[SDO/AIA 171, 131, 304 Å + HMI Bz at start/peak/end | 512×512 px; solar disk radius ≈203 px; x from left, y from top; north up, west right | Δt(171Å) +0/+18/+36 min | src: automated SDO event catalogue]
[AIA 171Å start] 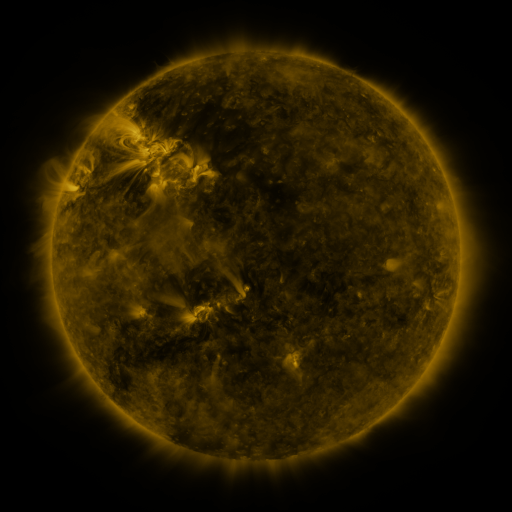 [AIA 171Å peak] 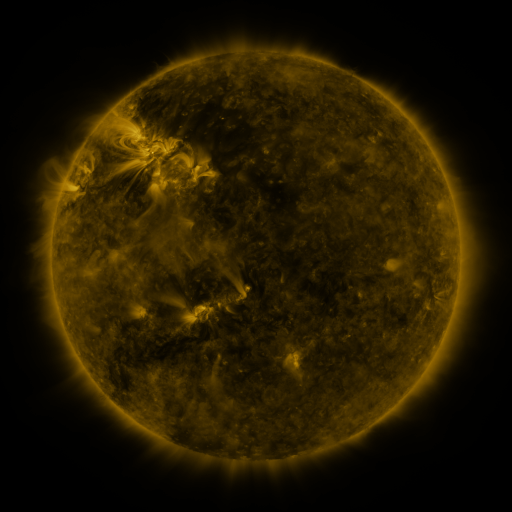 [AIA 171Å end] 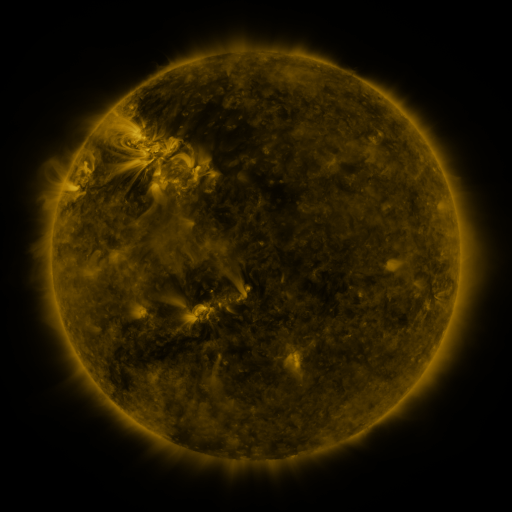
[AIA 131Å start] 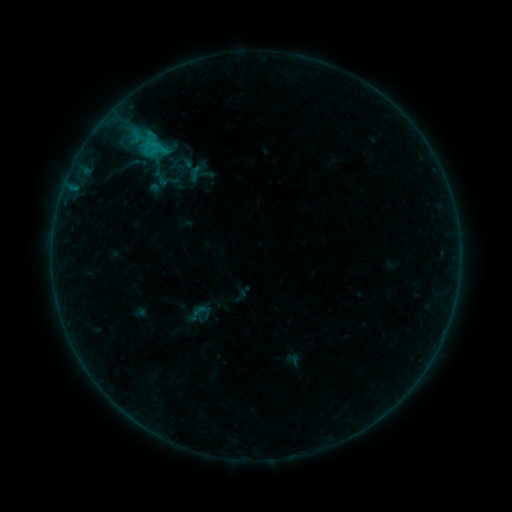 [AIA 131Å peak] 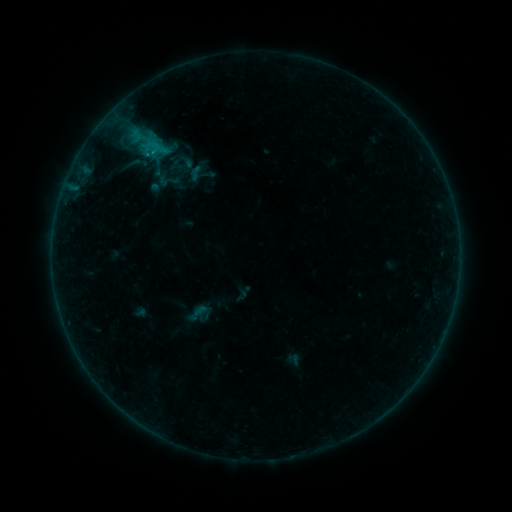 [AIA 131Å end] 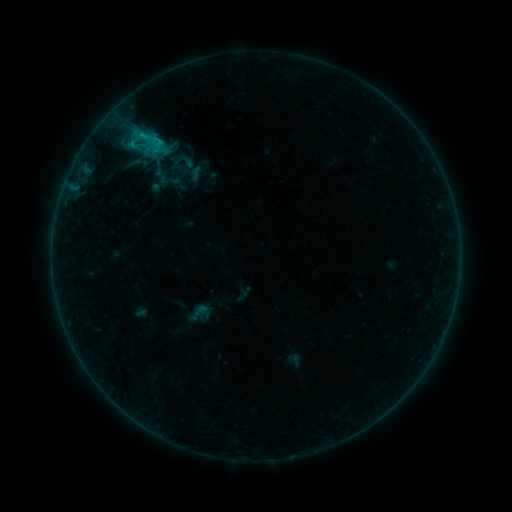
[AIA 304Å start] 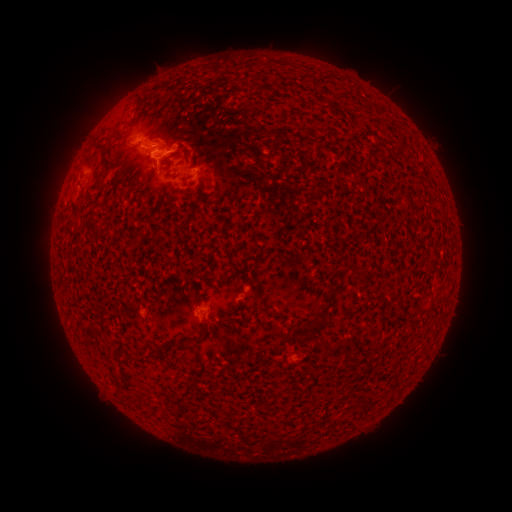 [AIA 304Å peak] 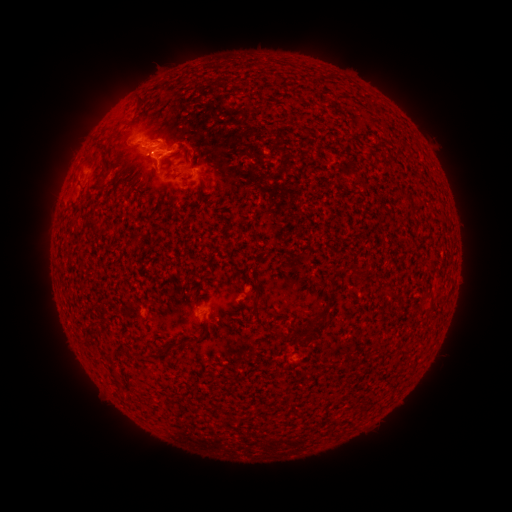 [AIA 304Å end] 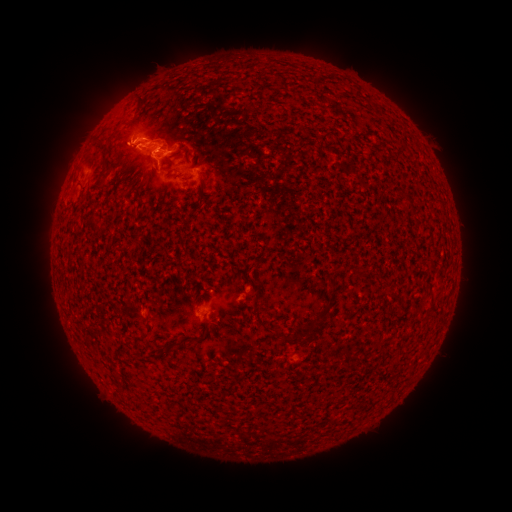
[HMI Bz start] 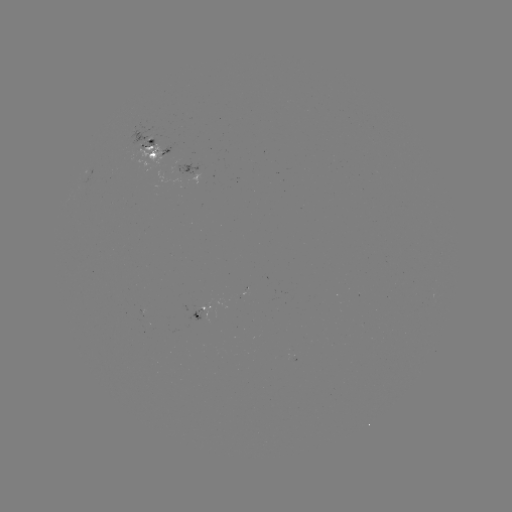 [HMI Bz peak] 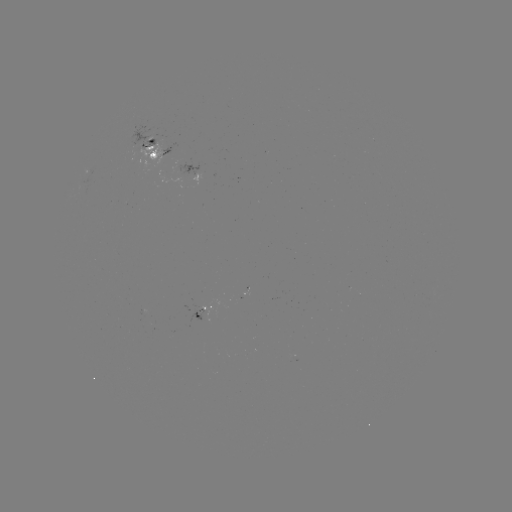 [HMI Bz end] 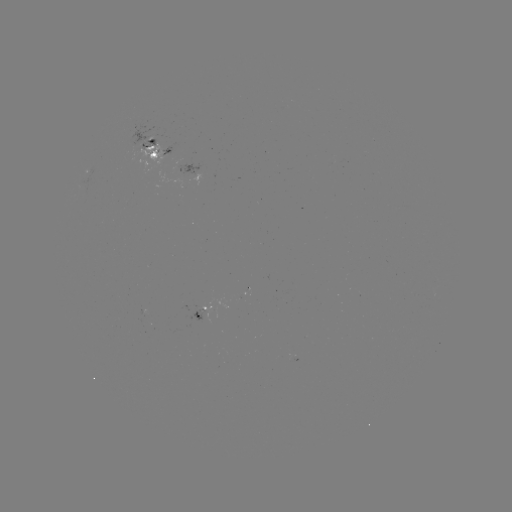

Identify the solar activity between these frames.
emerging-flux region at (142, 141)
